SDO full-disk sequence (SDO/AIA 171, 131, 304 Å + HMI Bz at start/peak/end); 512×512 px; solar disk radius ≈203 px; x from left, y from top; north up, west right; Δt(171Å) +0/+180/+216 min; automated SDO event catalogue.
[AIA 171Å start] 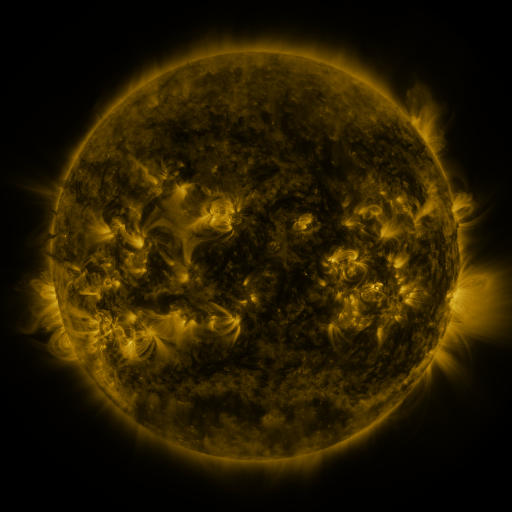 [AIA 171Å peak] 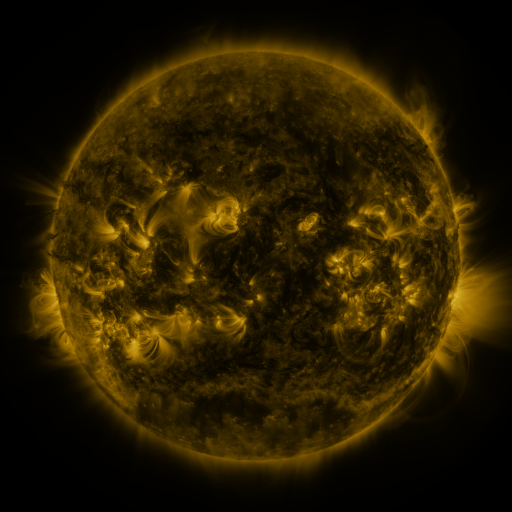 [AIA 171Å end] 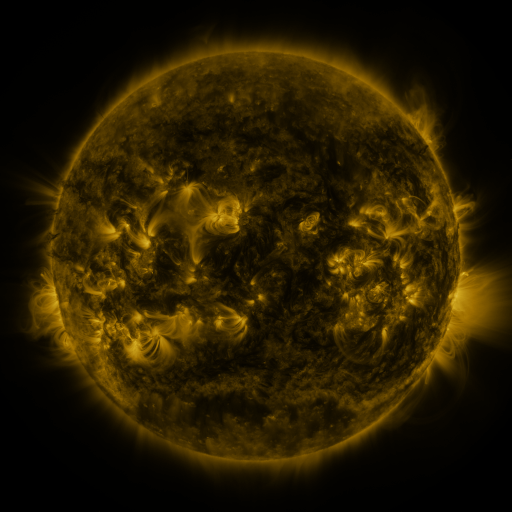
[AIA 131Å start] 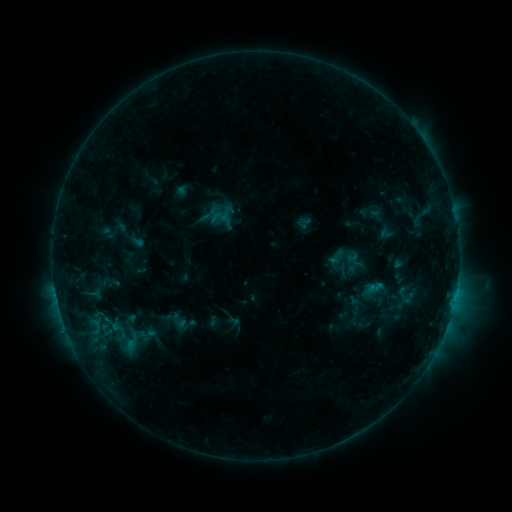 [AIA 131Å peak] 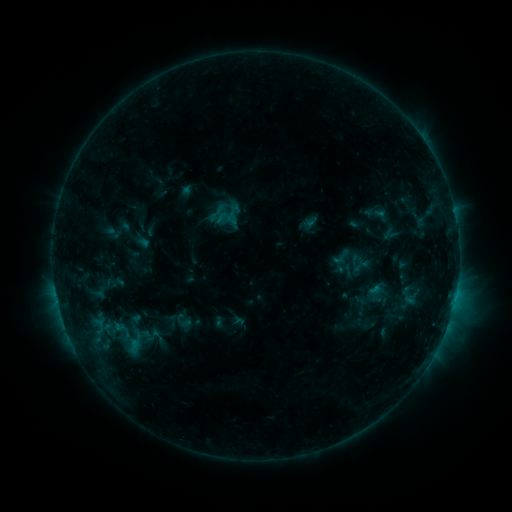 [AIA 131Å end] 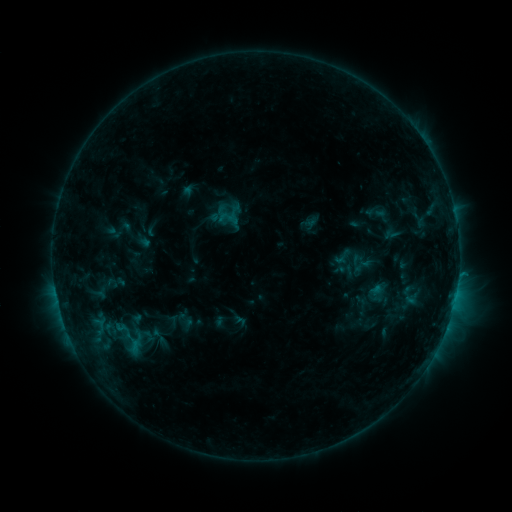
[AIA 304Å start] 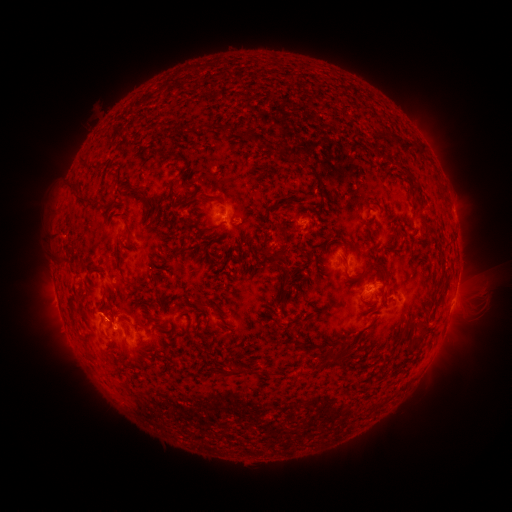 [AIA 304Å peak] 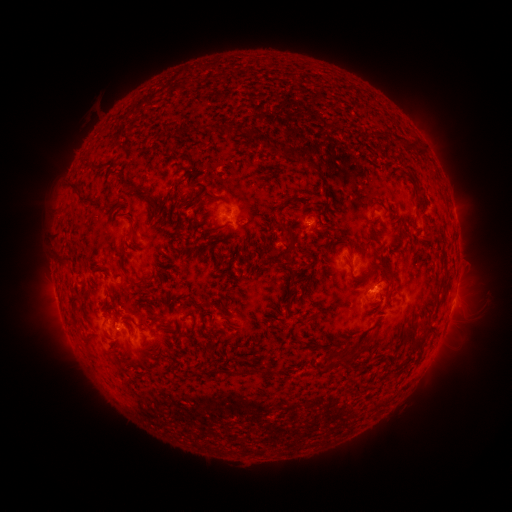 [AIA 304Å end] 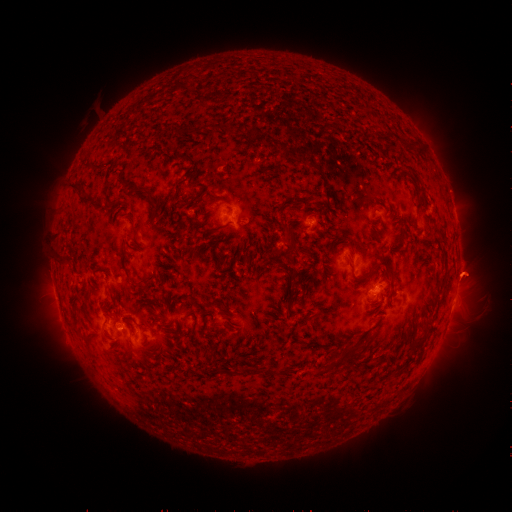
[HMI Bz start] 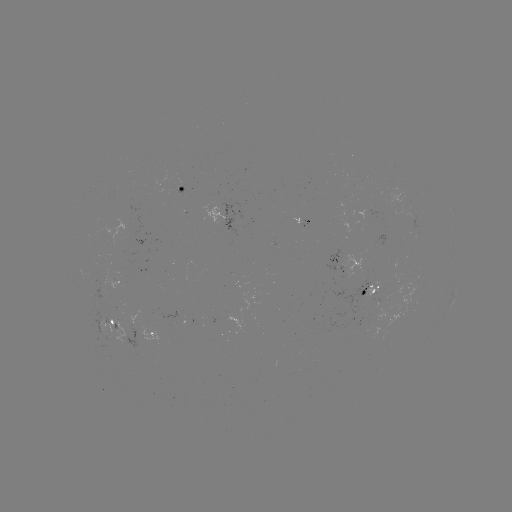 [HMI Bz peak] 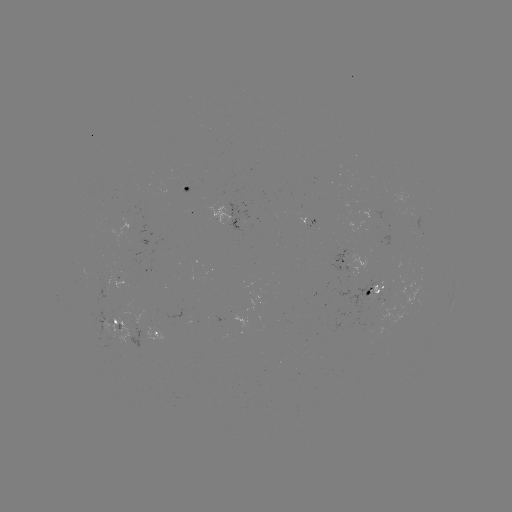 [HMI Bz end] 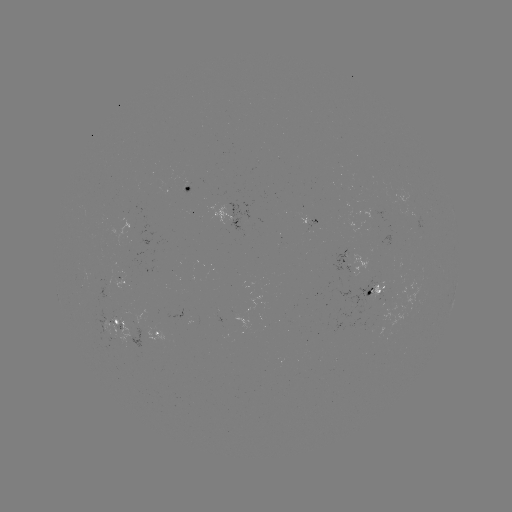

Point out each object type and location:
emerging-flux region: (380, 295)
